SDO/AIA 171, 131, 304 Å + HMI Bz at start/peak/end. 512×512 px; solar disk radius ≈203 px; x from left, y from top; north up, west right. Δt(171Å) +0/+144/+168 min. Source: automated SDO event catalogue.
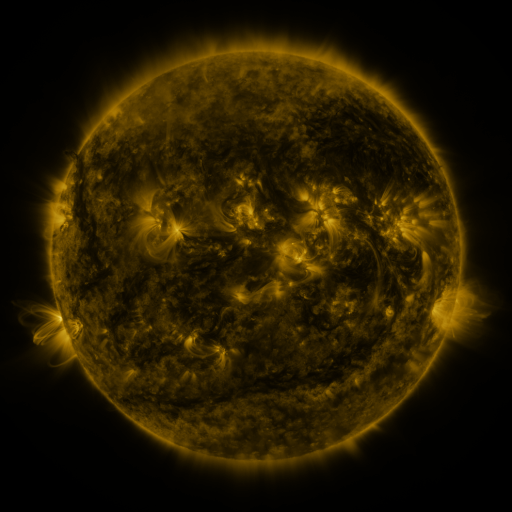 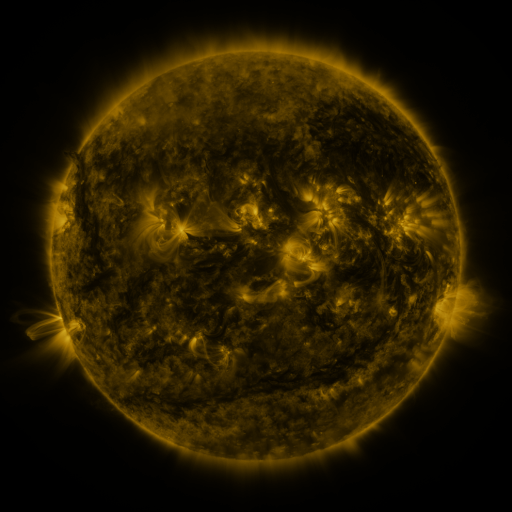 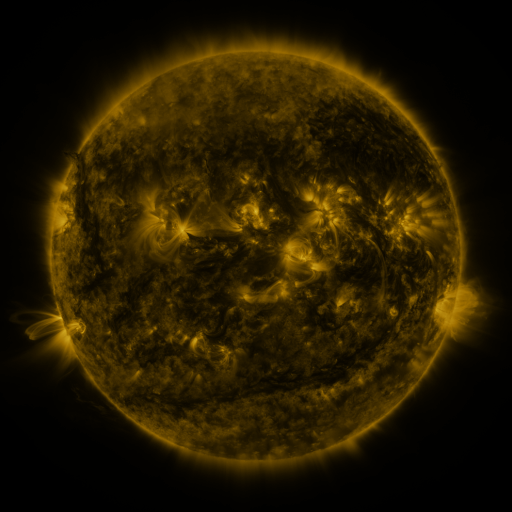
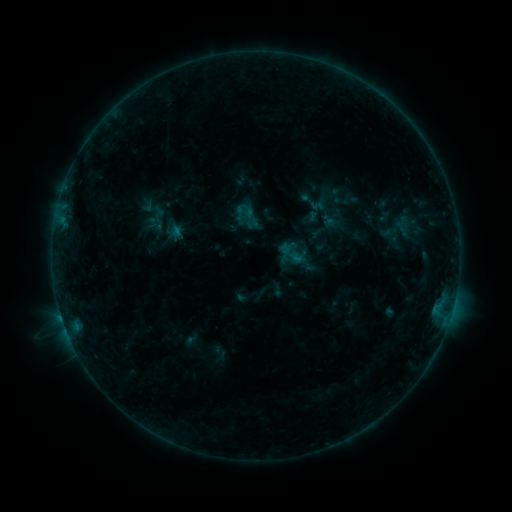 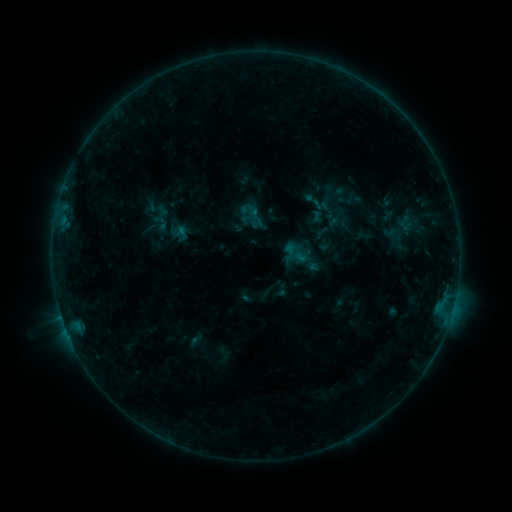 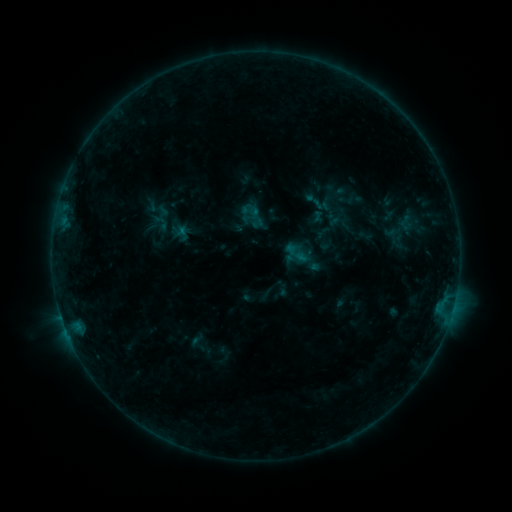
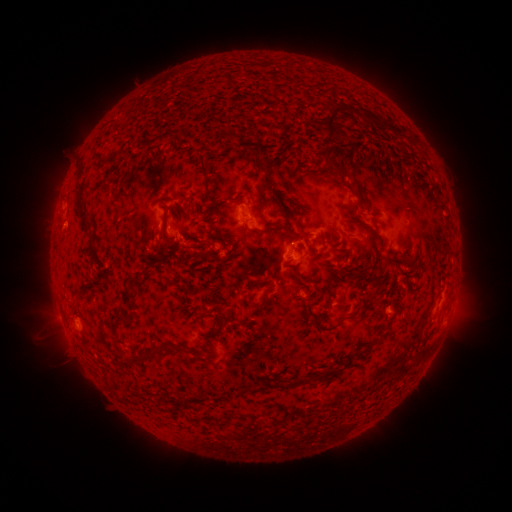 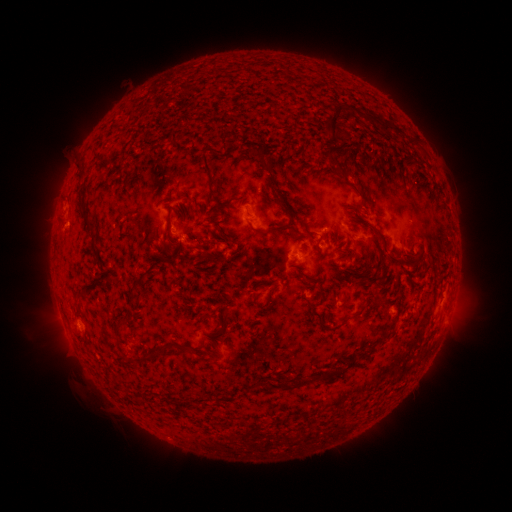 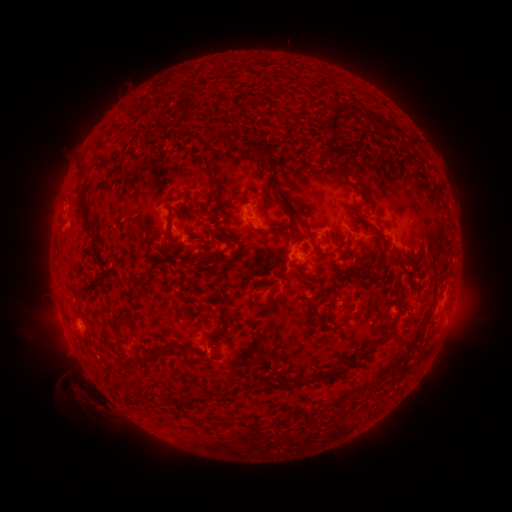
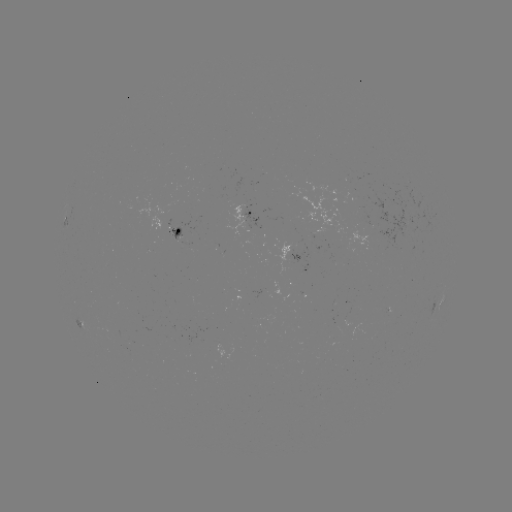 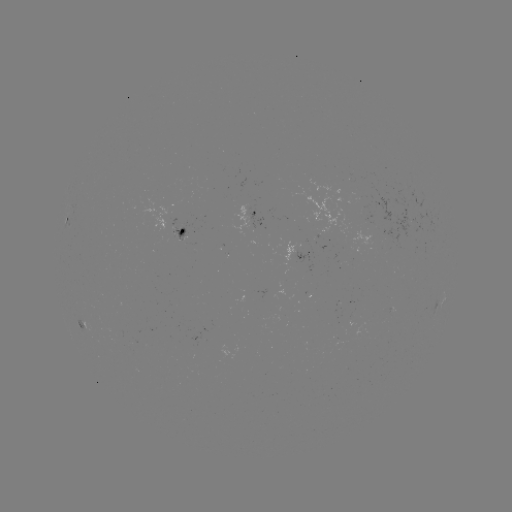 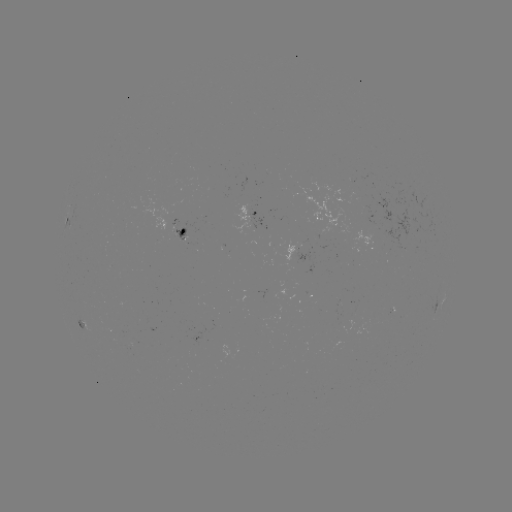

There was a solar emerging-flux region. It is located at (402, 221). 